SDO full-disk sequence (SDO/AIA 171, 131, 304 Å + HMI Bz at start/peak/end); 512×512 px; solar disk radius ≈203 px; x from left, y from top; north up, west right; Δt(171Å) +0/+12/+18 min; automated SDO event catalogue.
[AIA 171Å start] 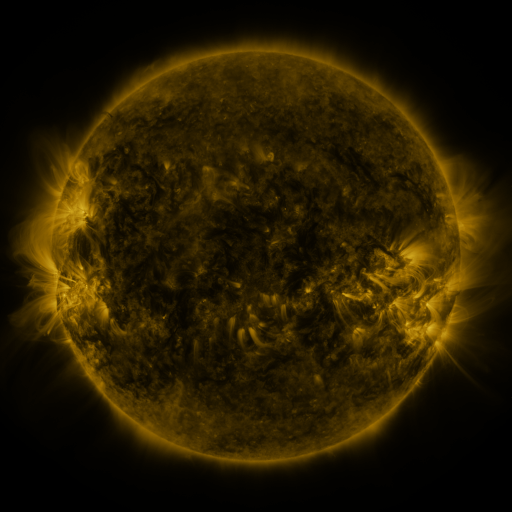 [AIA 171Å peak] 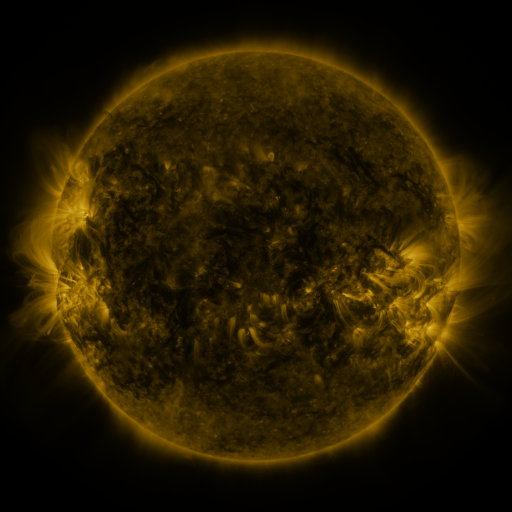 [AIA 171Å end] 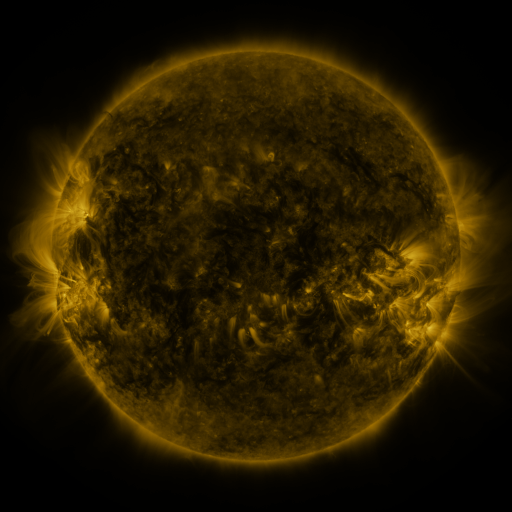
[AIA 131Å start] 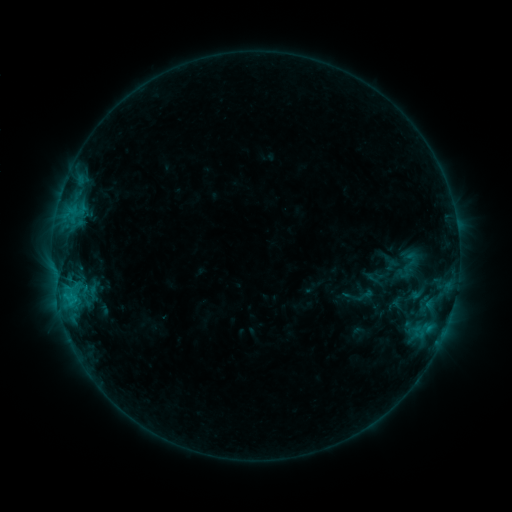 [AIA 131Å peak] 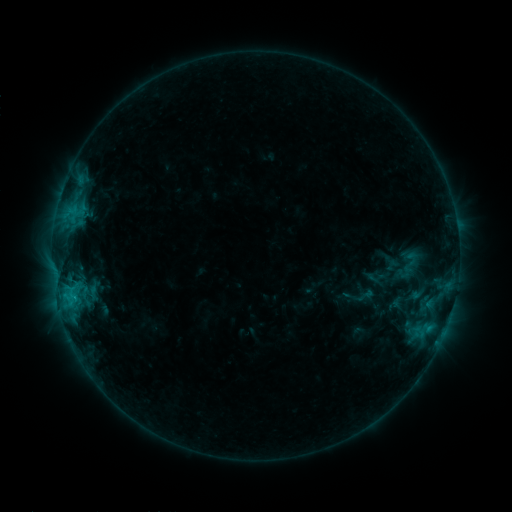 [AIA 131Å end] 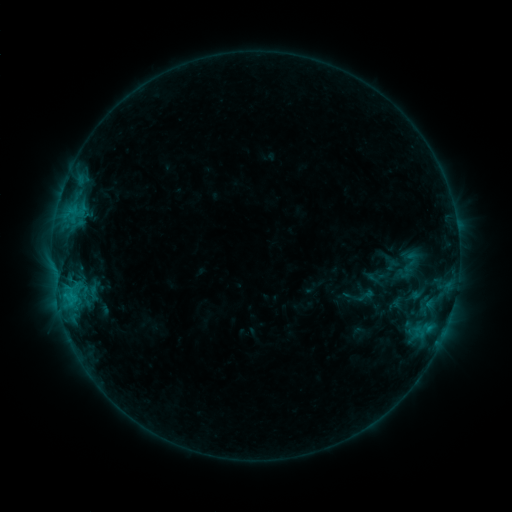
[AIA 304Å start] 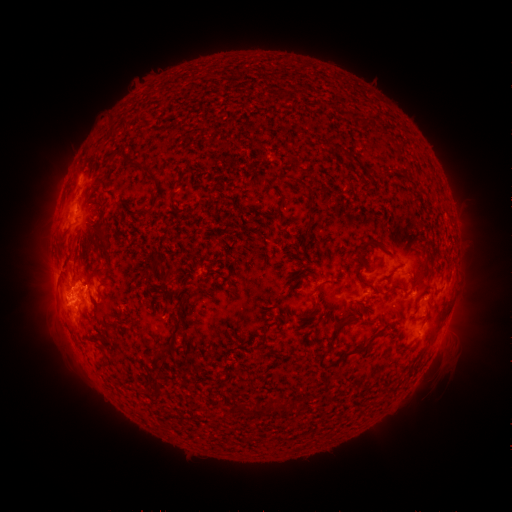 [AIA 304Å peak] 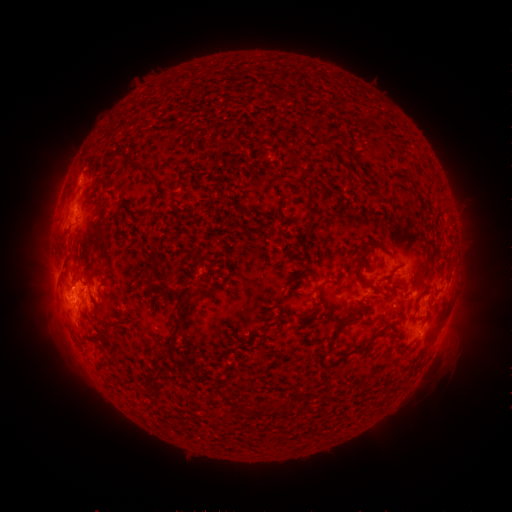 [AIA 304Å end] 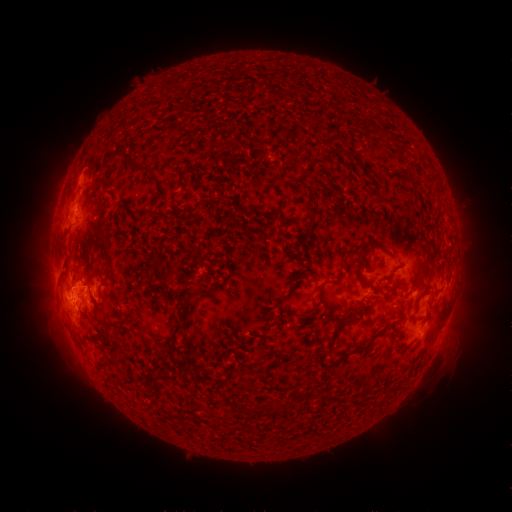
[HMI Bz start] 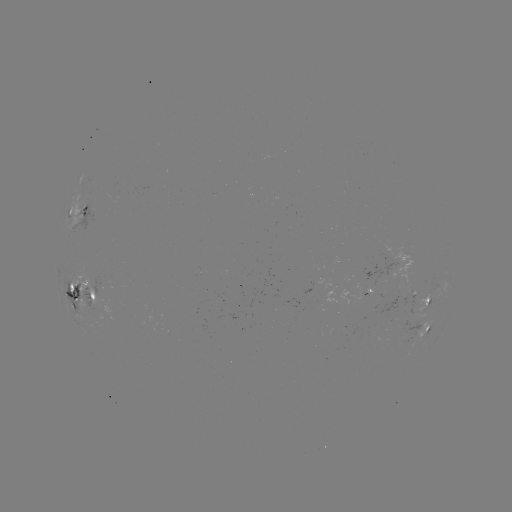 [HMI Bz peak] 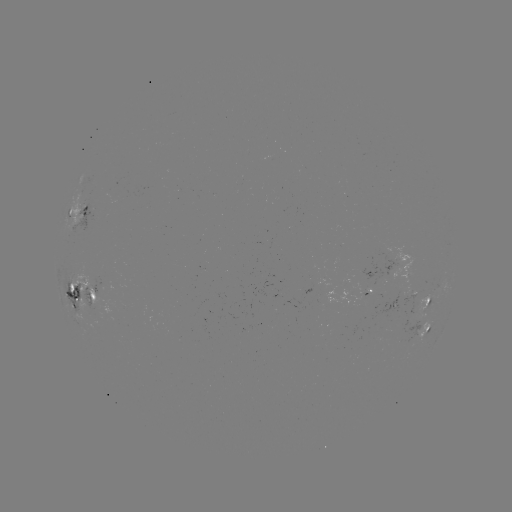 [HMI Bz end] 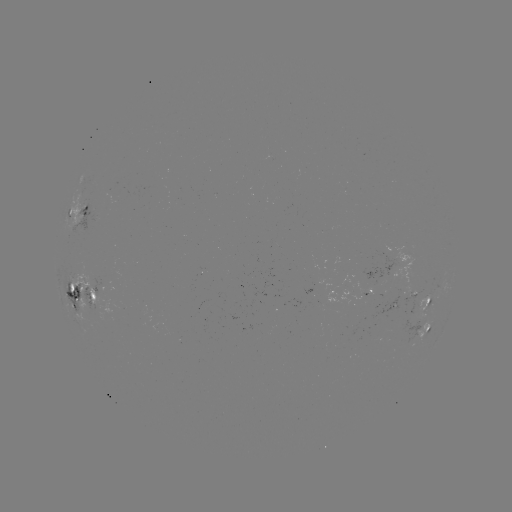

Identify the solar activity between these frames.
nothing was catalogued: no classed flare, no EUV trigger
